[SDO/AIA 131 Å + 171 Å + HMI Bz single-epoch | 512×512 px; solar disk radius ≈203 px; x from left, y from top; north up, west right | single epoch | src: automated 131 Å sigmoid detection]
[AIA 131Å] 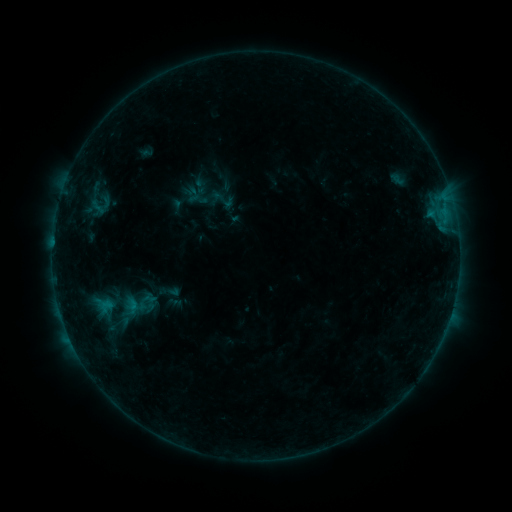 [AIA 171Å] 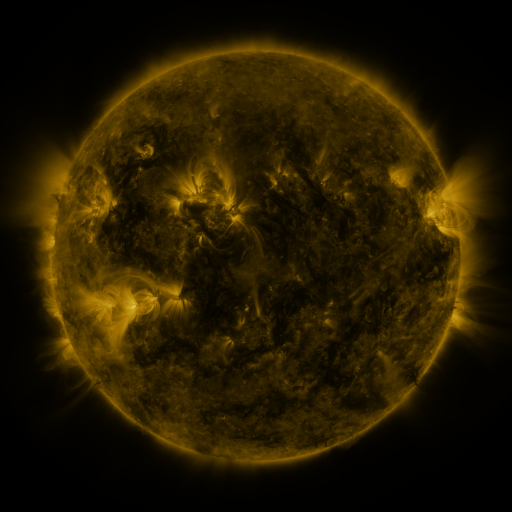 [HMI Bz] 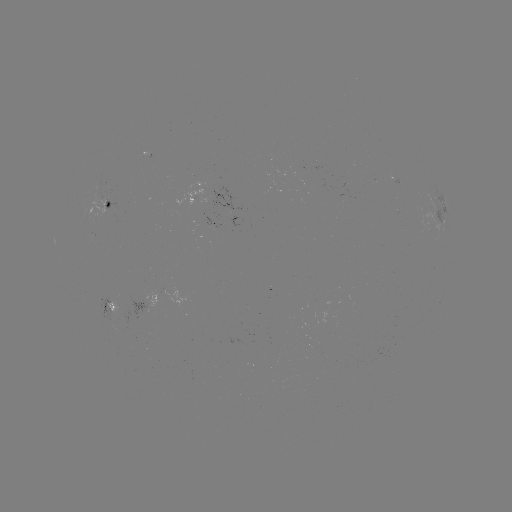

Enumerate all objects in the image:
sigmoid: (223, 200)
